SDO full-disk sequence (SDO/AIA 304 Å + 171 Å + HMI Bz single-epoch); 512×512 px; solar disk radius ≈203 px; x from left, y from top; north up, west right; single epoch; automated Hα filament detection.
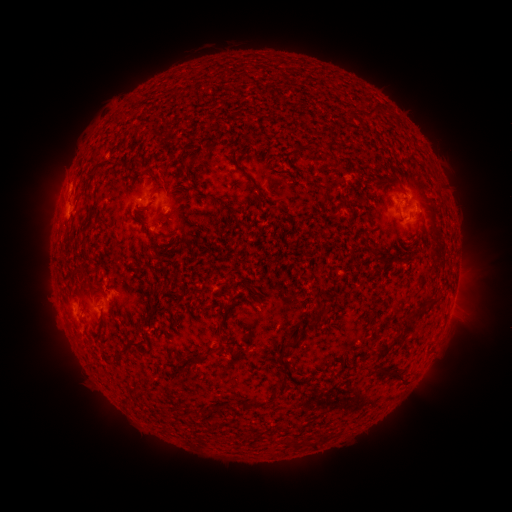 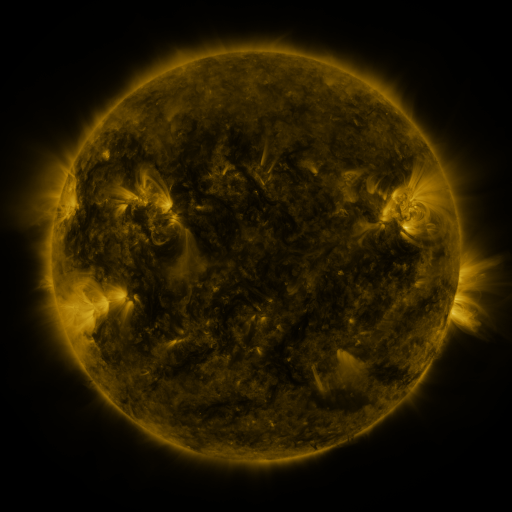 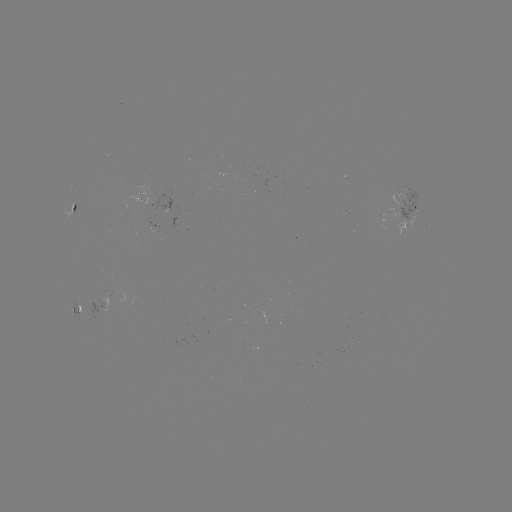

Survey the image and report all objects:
filament: (371, 114)
filament: (96, 158)
filament: (162, 236)
filament: (376, 258)
filament: (433, 303)
filament: (419, 312)
filament: (318, 319)
filament: (292, 346)
filament: (387, 348)
filament: (120, 350)
filament: (196, 358)
filament: (394, 372)
filament: (281, 387)
filament: (253, 404)
